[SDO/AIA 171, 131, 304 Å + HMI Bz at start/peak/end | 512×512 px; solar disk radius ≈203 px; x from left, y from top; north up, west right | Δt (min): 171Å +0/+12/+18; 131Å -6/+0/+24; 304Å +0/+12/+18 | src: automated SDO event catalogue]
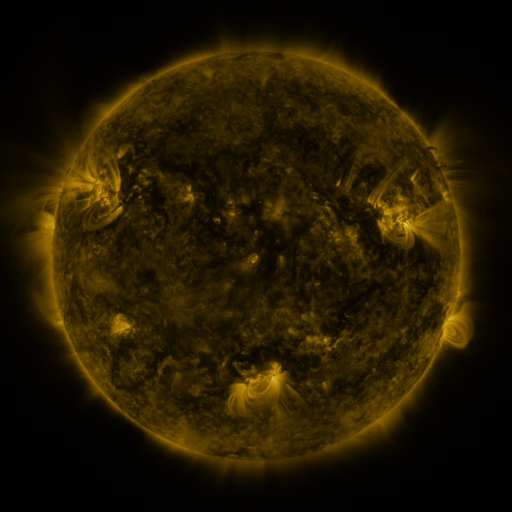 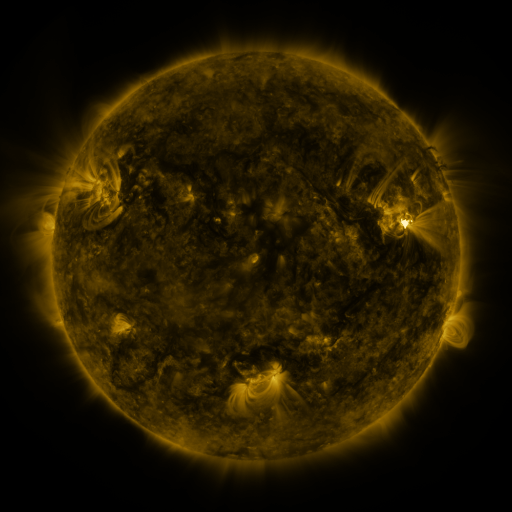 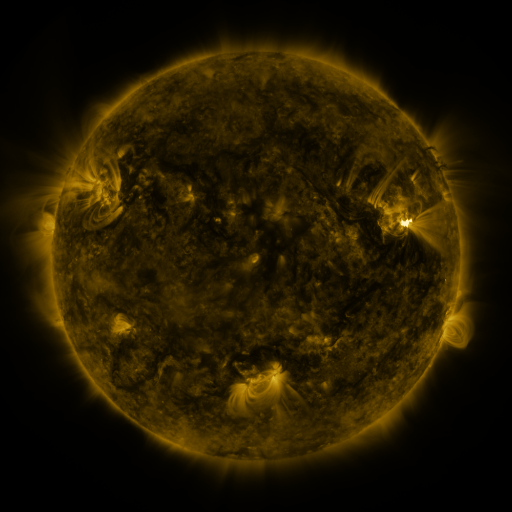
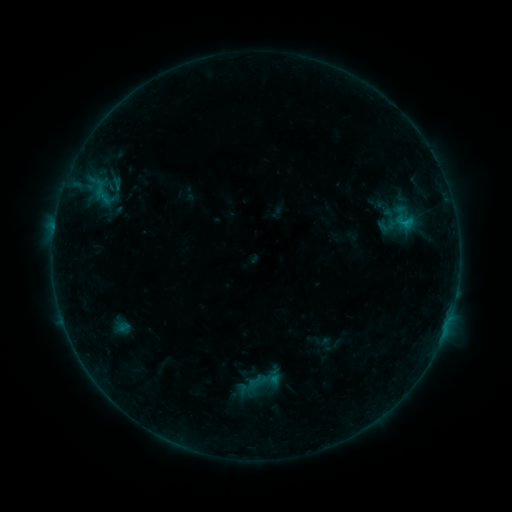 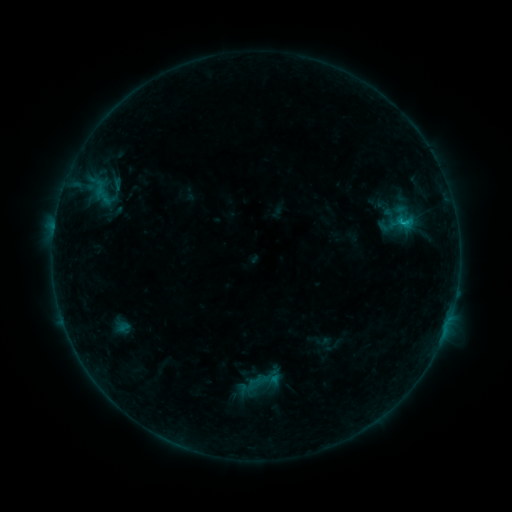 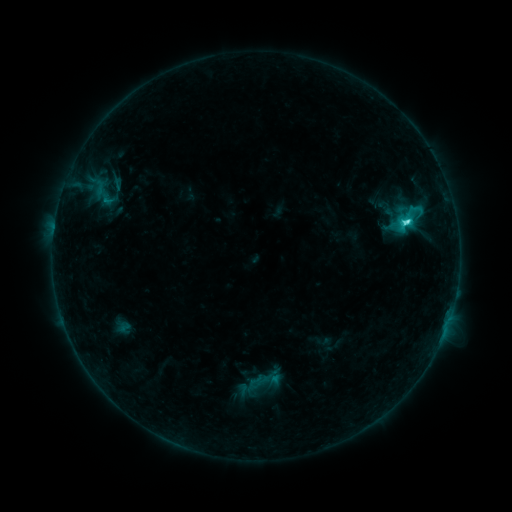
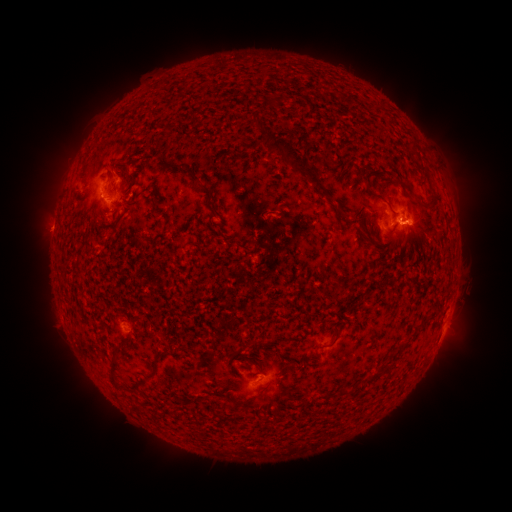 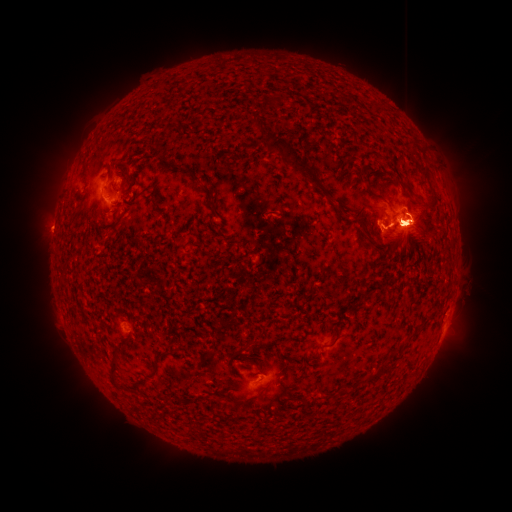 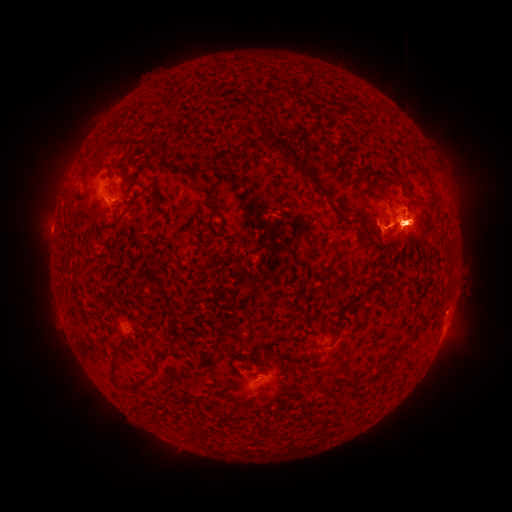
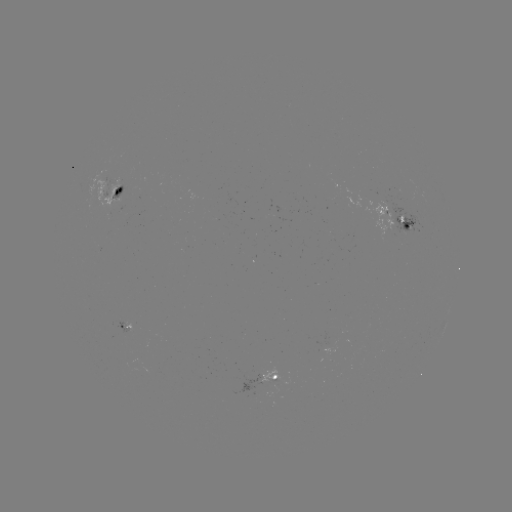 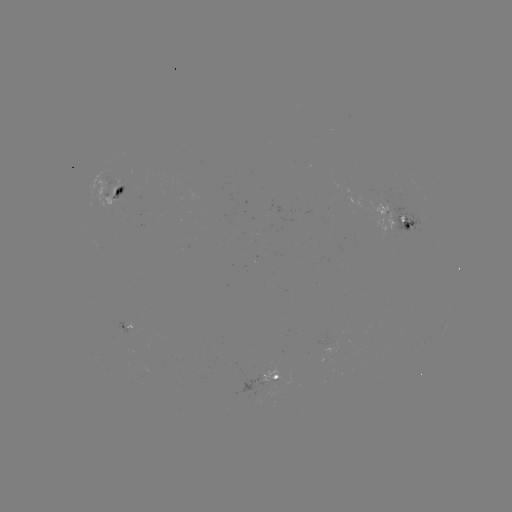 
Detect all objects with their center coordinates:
M2.7 flare: (402, 223)
